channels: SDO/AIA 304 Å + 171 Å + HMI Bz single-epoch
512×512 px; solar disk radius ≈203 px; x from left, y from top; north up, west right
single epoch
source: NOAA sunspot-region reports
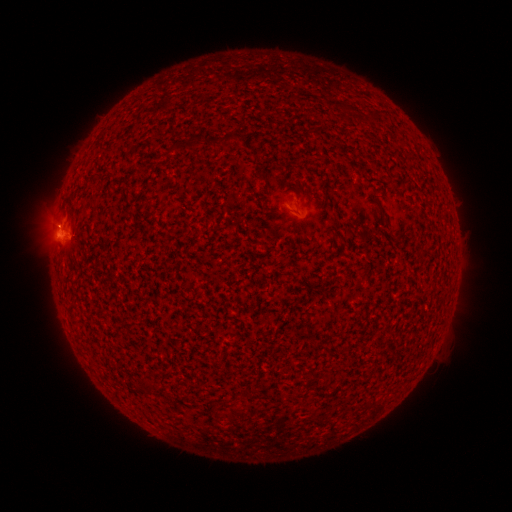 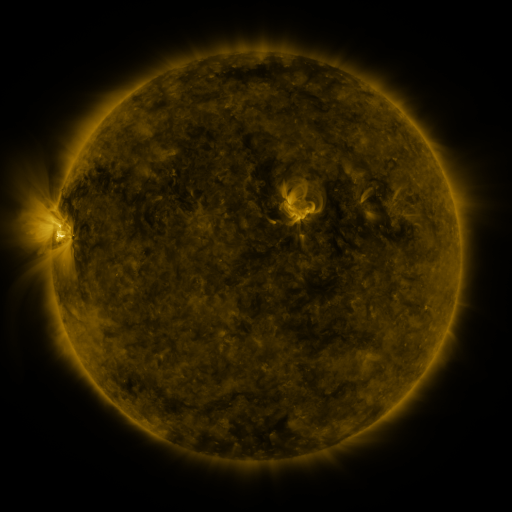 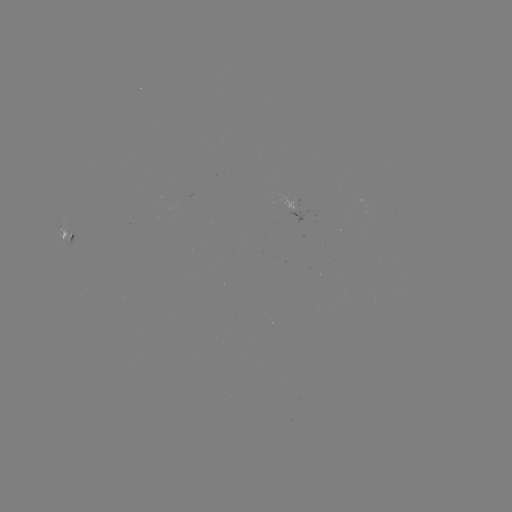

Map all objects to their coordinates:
spotted active region: (73, 237)
